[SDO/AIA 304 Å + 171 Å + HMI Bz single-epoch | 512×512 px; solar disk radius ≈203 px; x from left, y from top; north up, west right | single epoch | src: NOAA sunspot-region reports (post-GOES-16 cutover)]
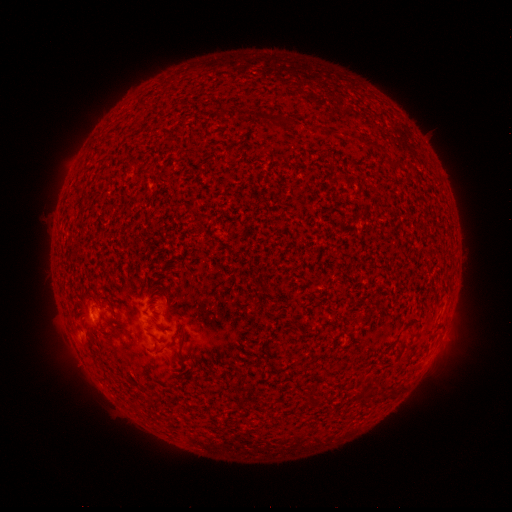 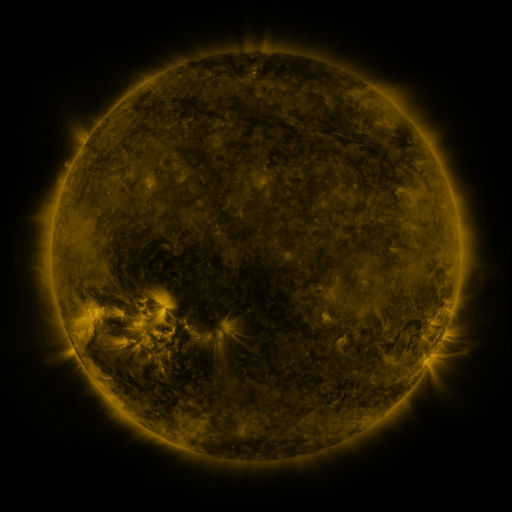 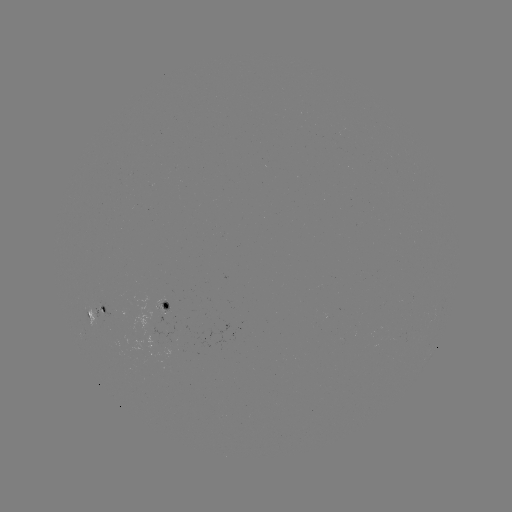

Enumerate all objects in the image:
spotted active region: (170, 308)
spotted active region: (99, 314)
